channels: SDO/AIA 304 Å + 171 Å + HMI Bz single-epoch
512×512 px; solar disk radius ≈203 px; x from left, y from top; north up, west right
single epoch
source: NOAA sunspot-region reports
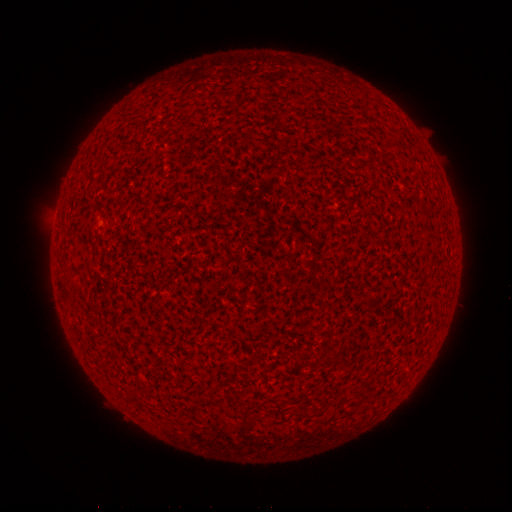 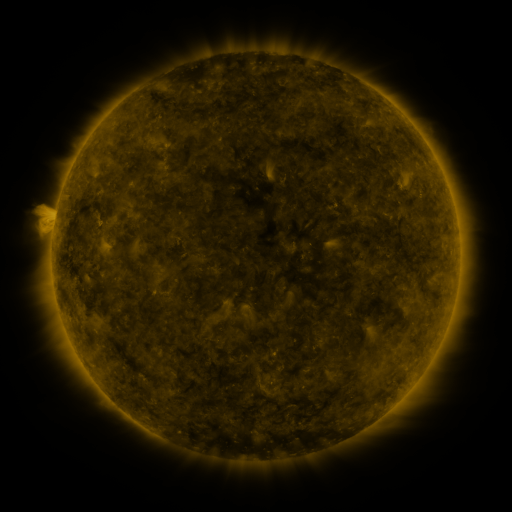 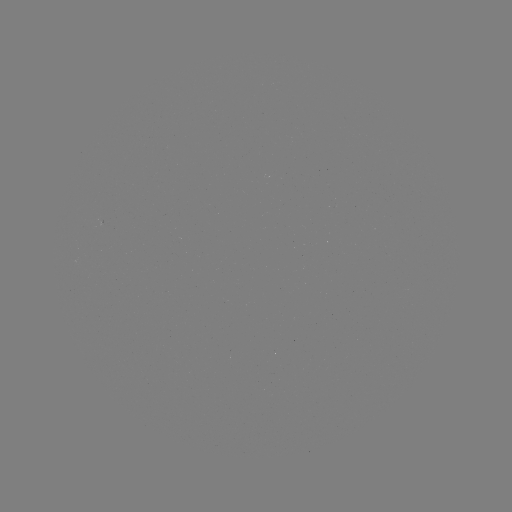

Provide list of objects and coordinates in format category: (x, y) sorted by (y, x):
(none)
